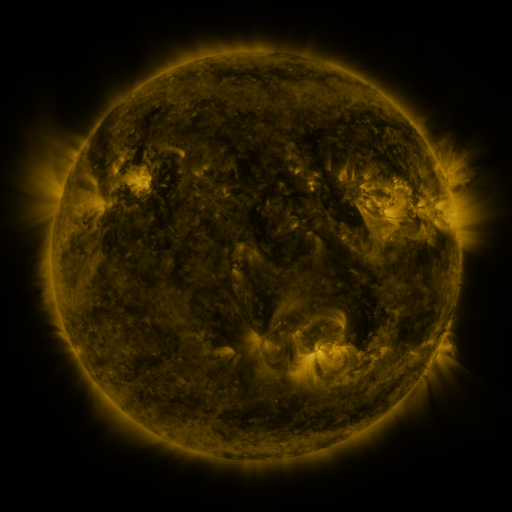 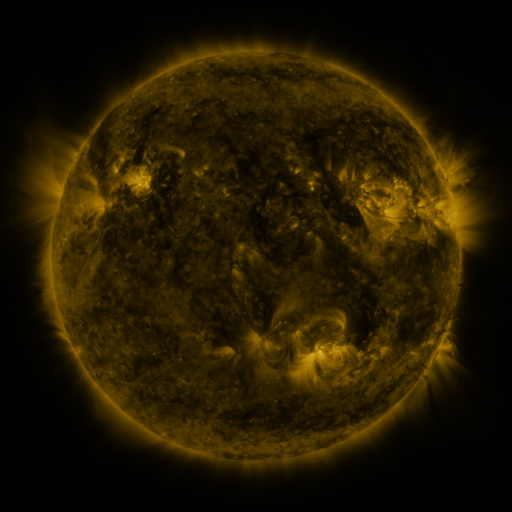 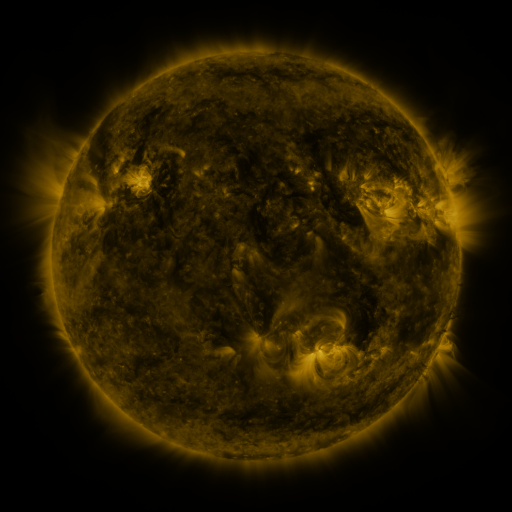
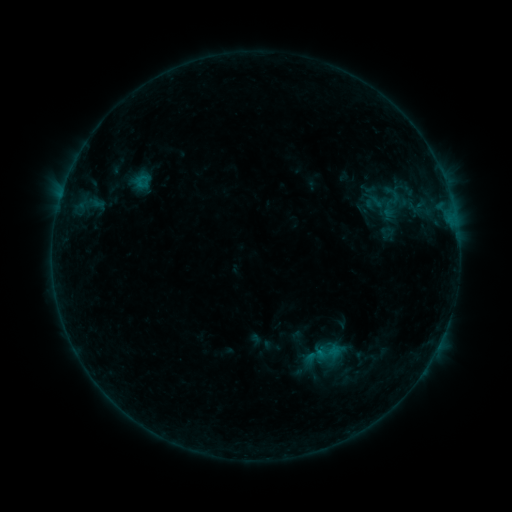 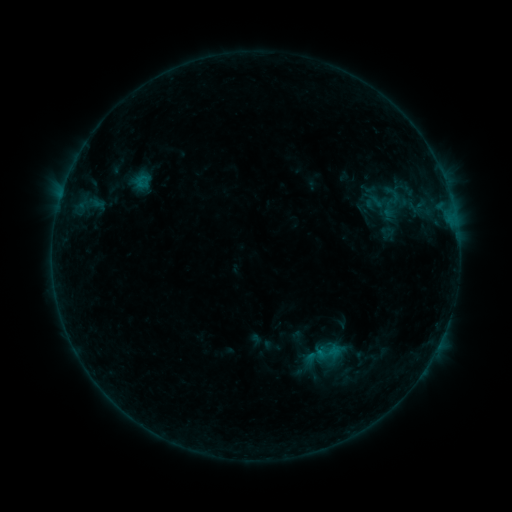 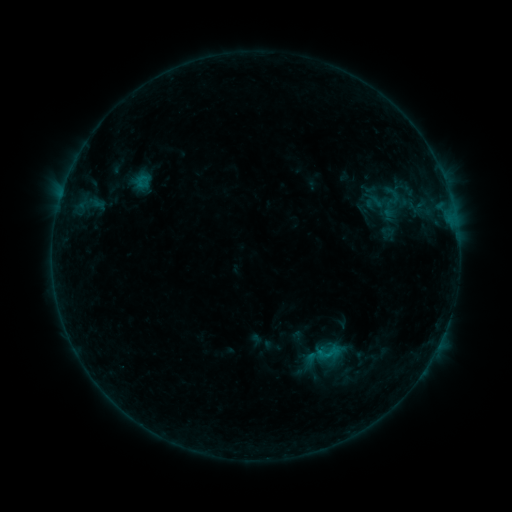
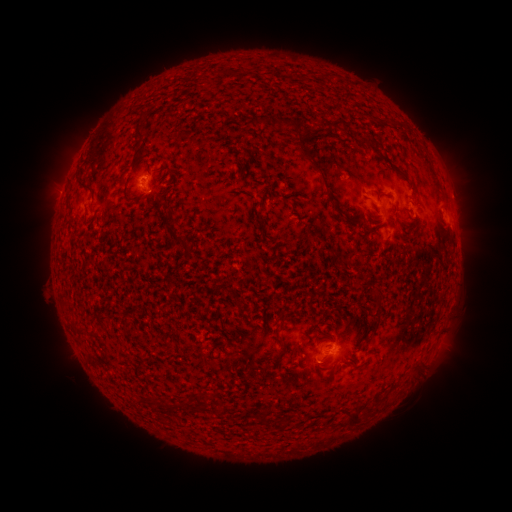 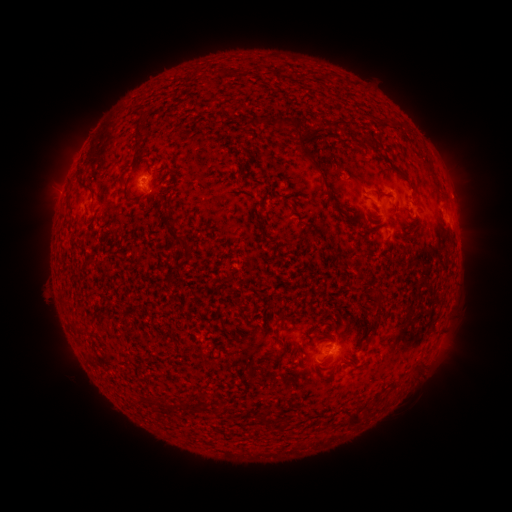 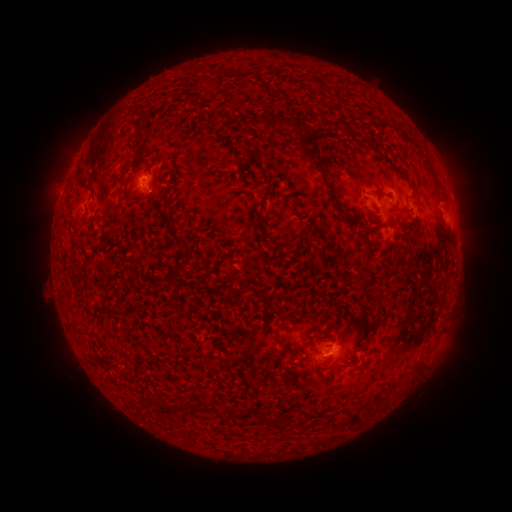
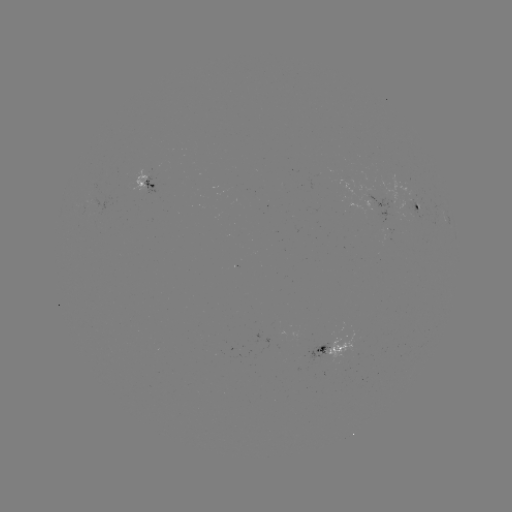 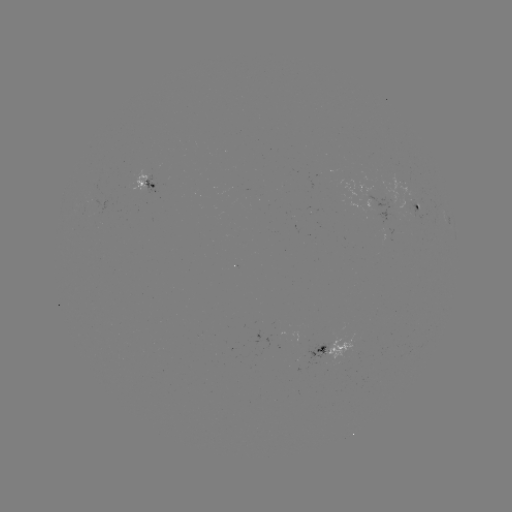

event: flare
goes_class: B3.0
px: (326, 347)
